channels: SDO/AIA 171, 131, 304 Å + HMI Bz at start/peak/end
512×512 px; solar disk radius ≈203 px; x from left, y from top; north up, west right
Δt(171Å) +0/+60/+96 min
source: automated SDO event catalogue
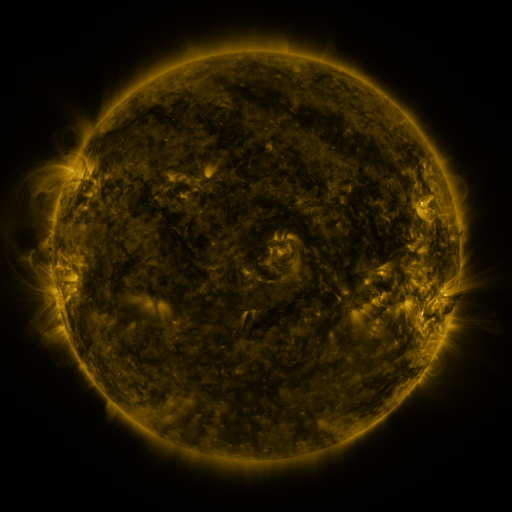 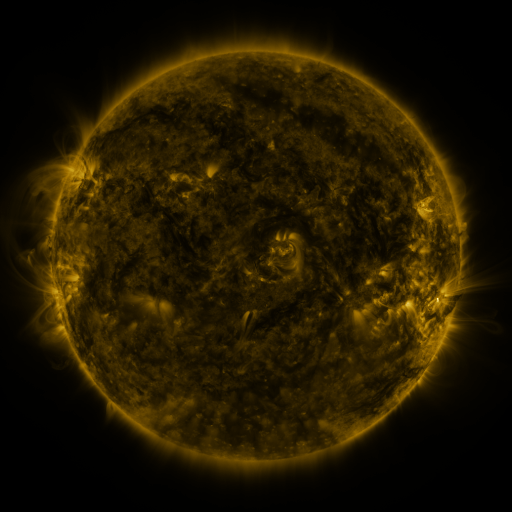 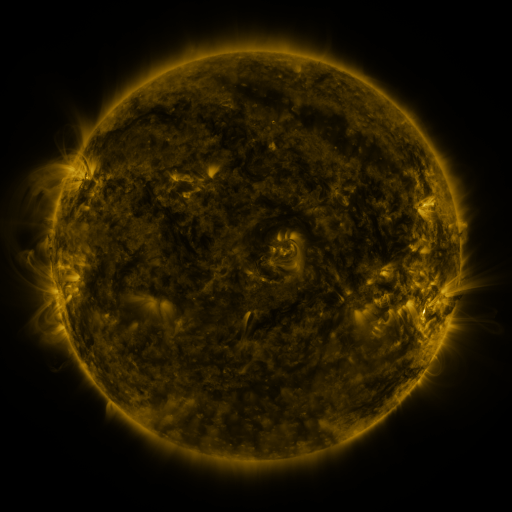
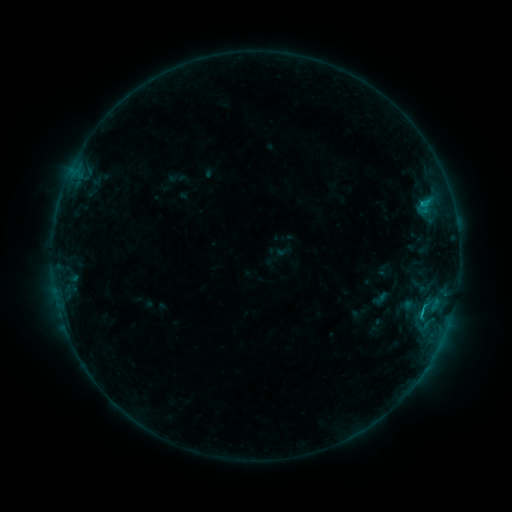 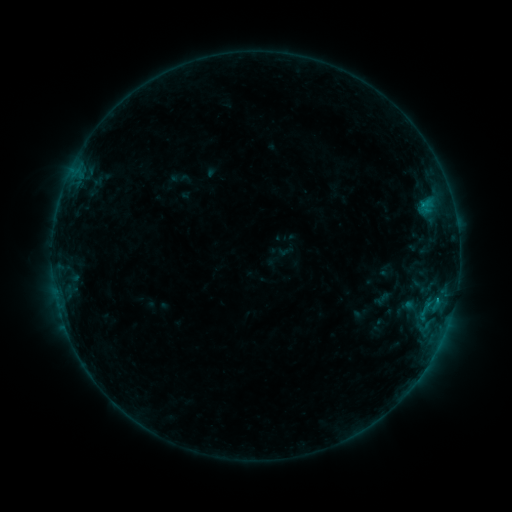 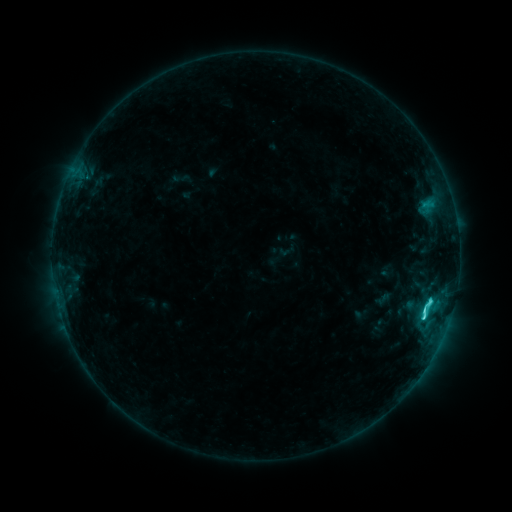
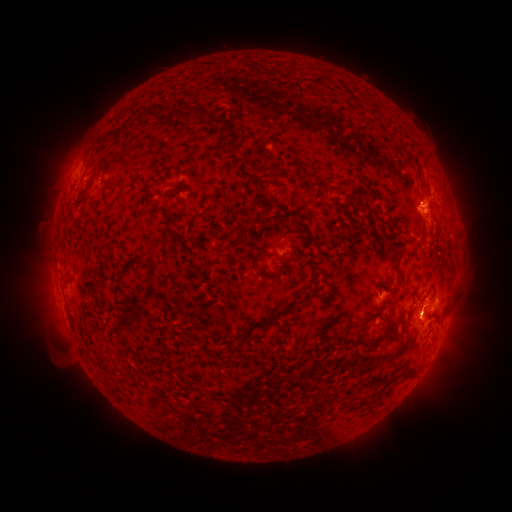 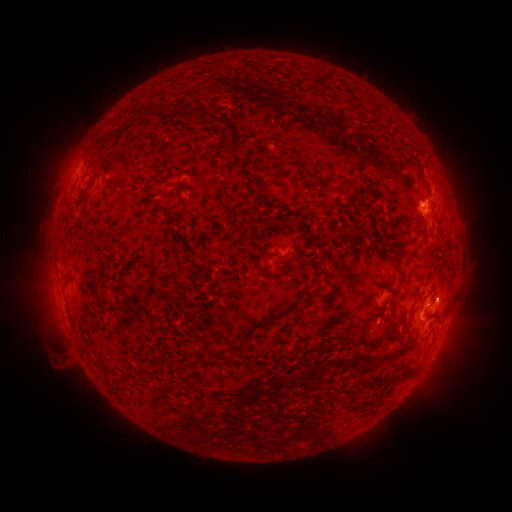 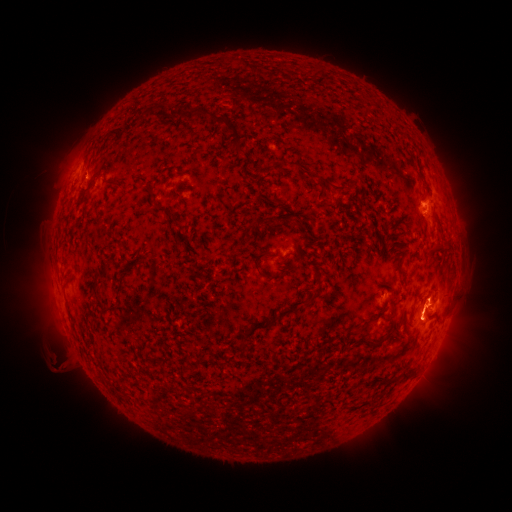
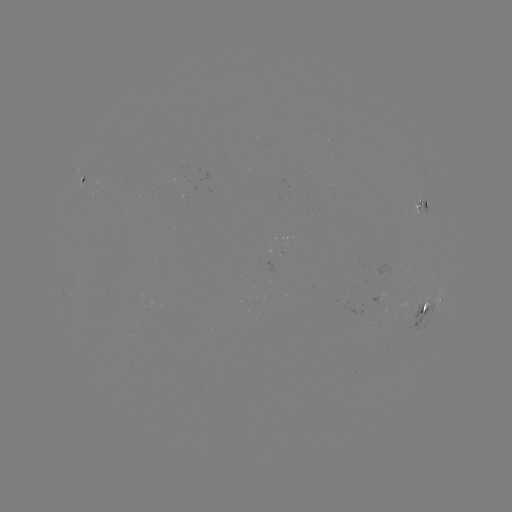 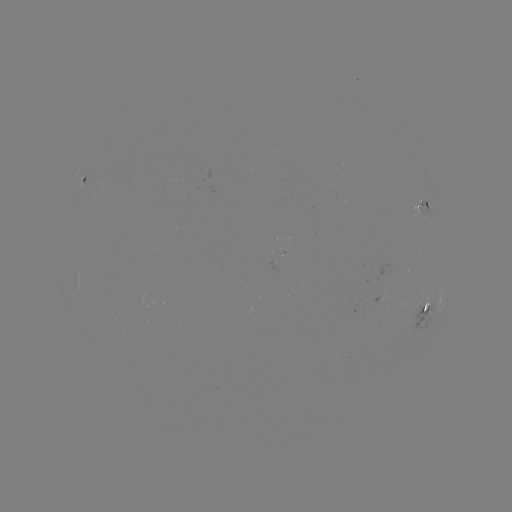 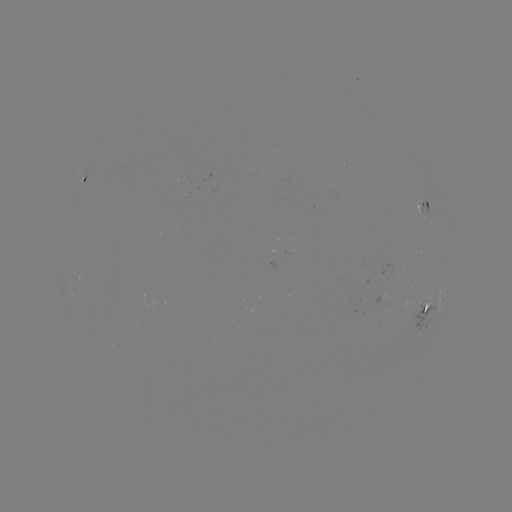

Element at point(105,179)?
emerging-flux region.